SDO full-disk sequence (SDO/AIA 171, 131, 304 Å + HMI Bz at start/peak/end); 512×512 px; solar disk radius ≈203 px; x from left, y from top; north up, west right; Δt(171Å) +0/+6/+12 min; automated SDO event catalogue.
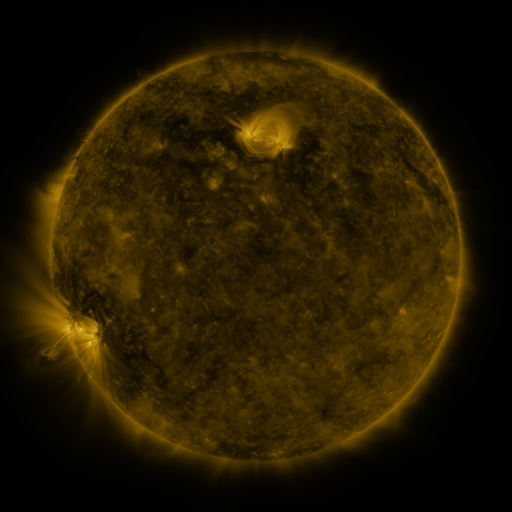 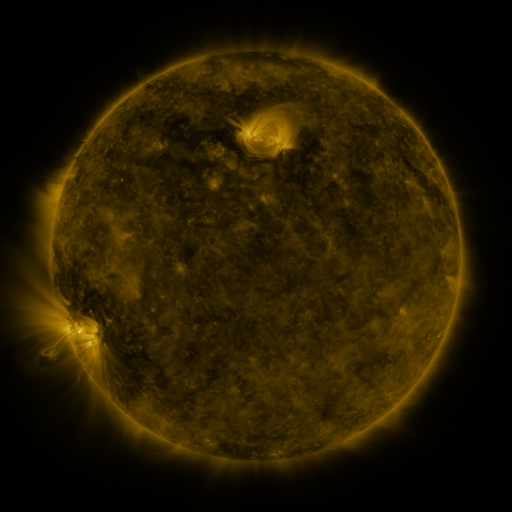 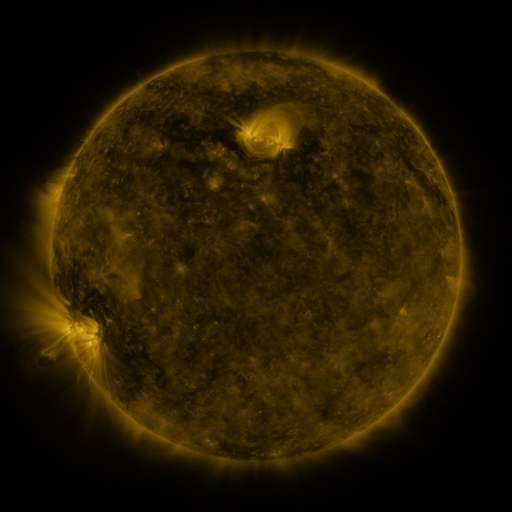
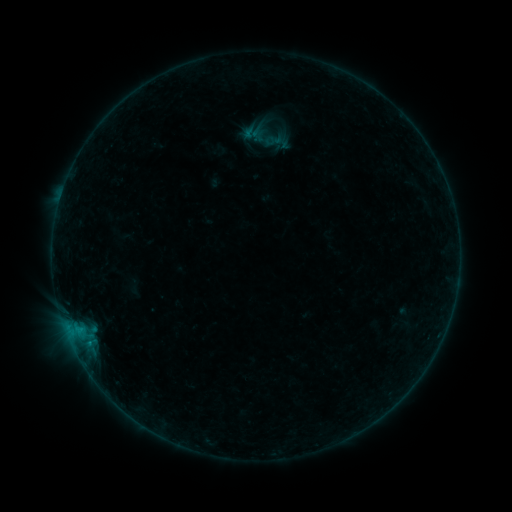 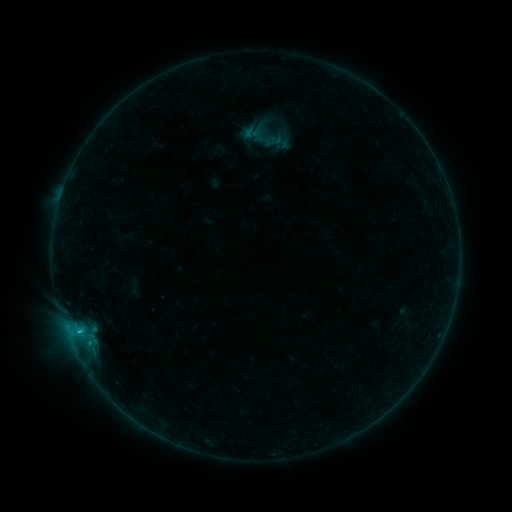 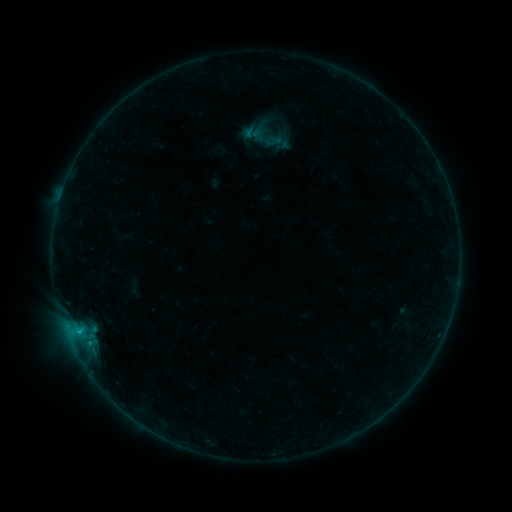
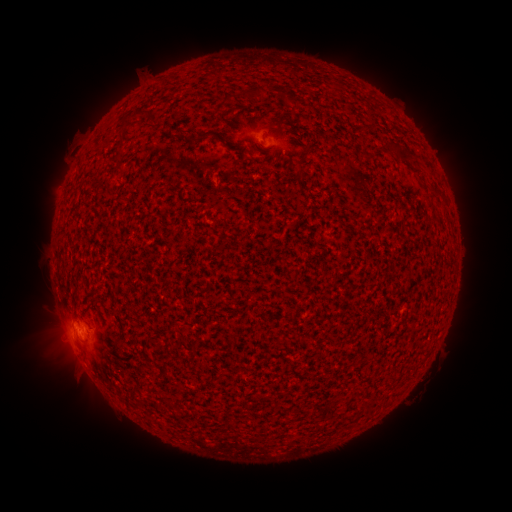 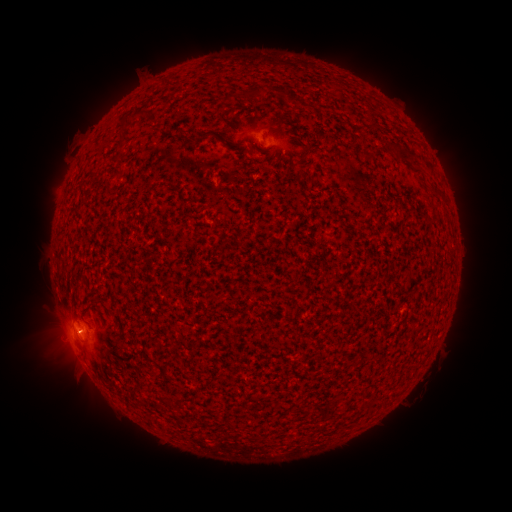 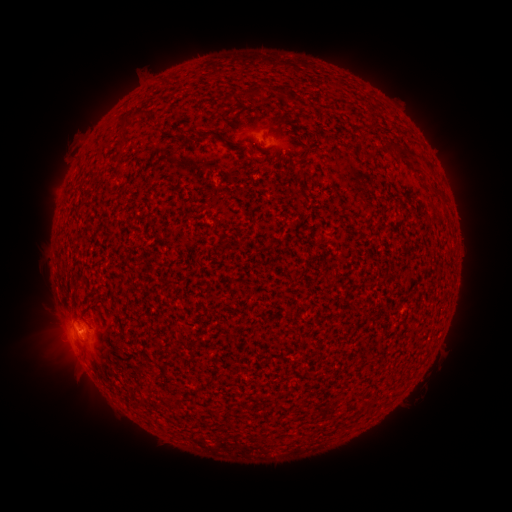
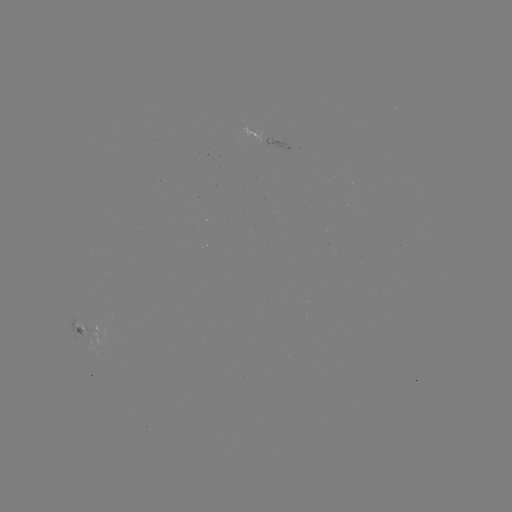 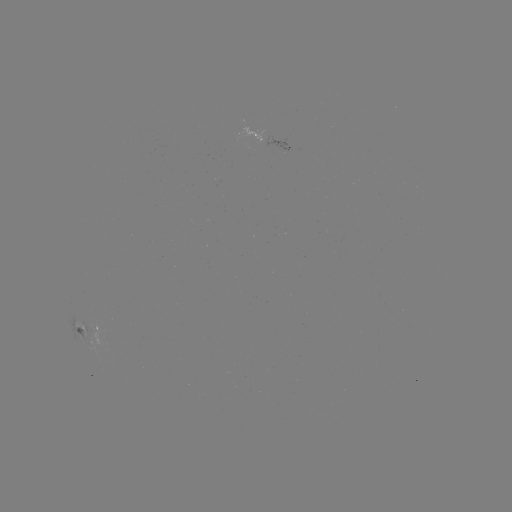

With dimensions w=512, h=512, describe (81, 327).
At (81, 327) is B6.2 flare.